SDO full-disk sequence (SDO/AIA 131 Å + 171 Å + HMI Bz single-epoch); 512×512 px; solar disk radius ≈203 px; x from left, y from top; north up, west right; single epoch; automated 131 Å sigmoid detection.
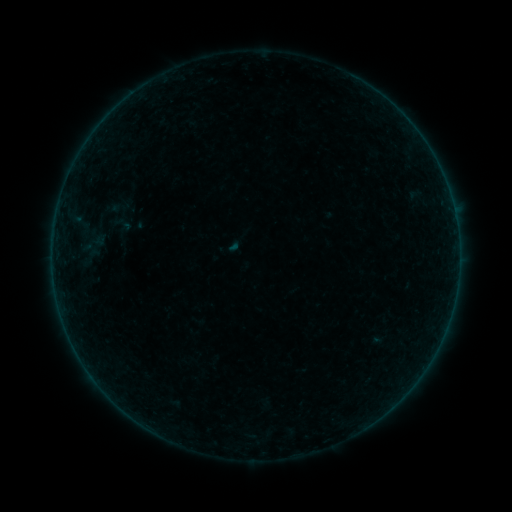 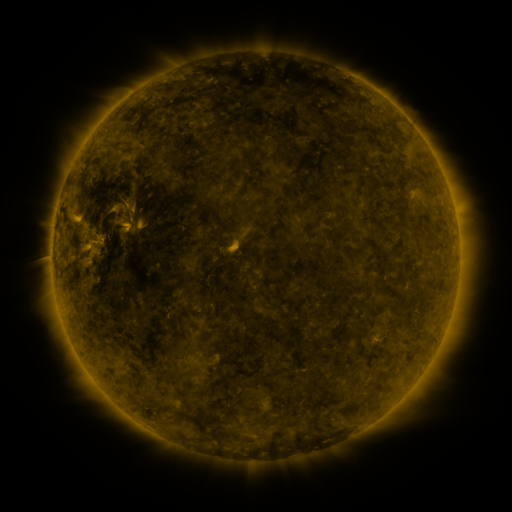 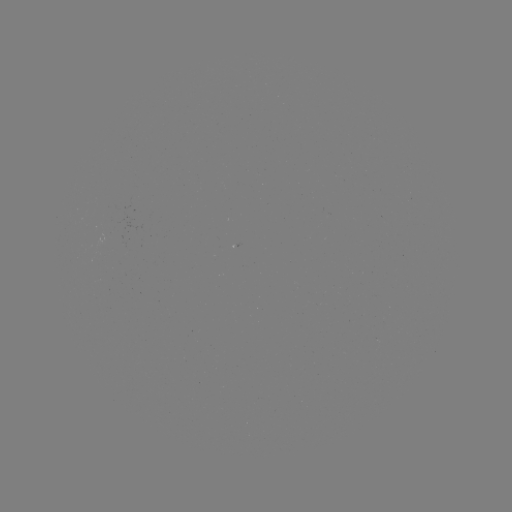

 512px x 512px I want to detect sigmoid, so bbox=[111, 213, 133, 236].